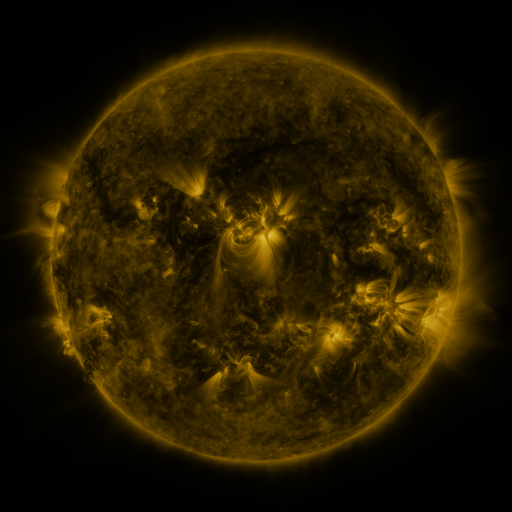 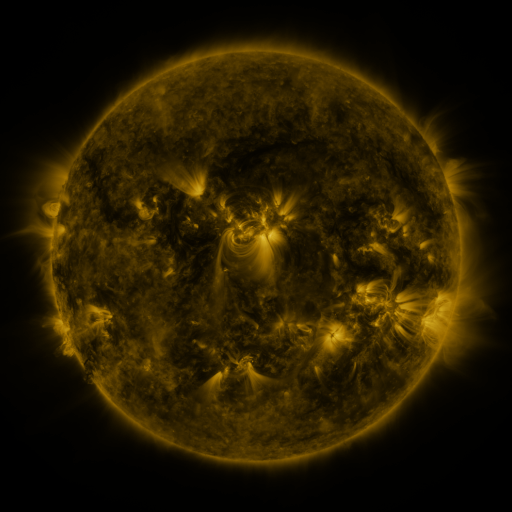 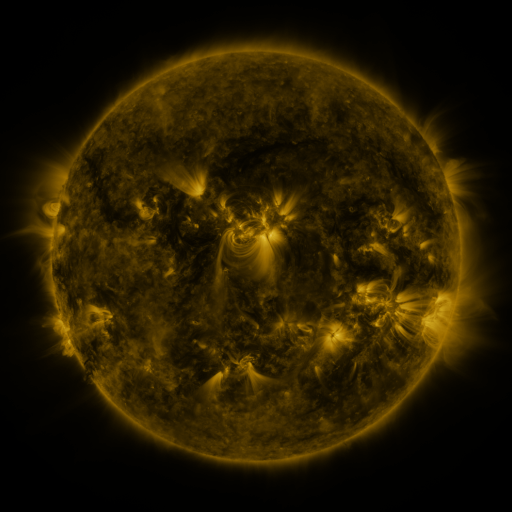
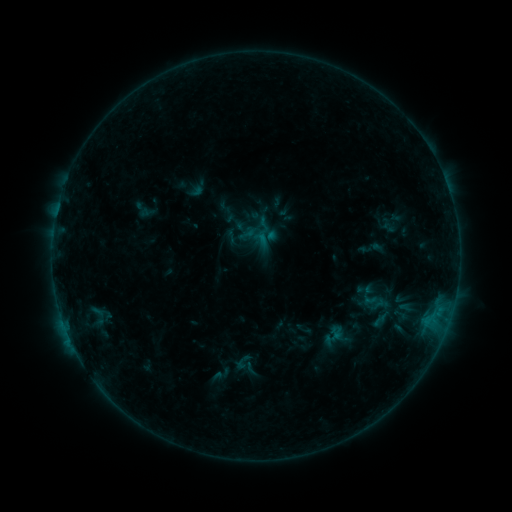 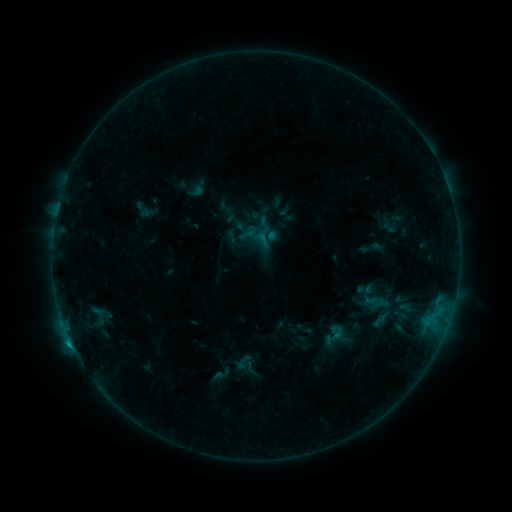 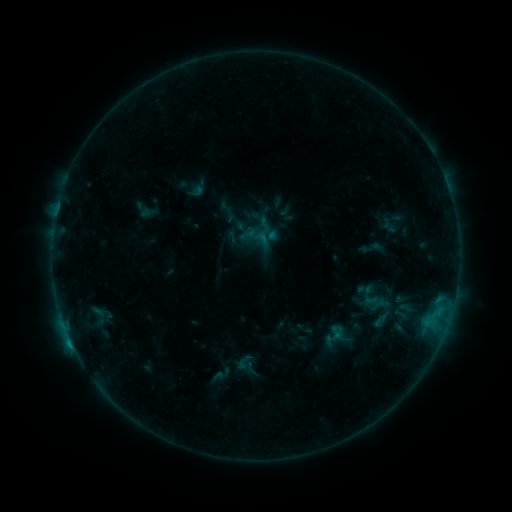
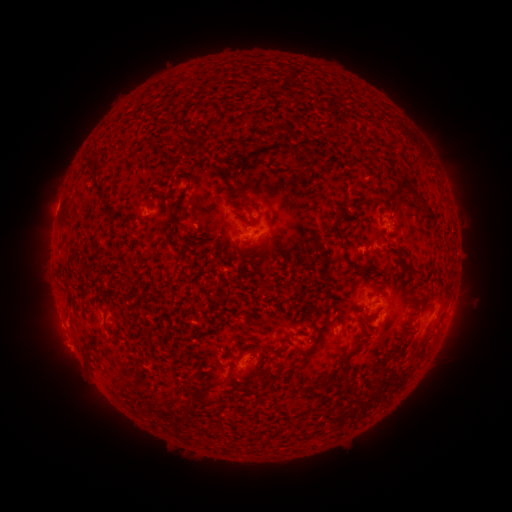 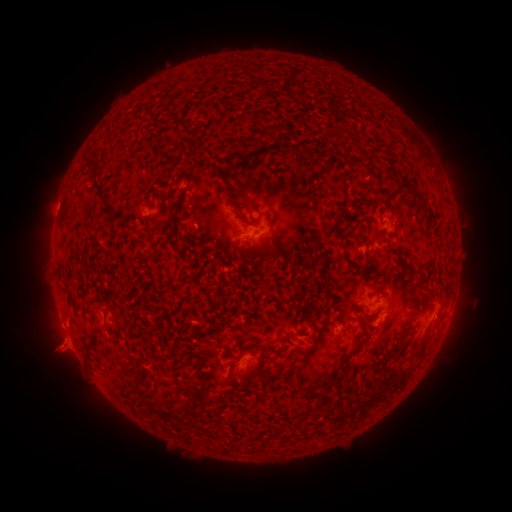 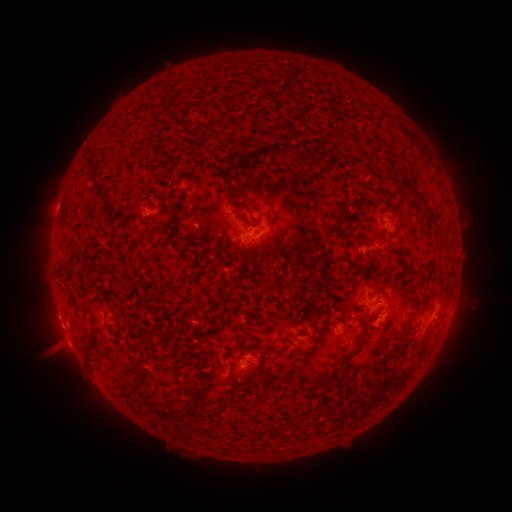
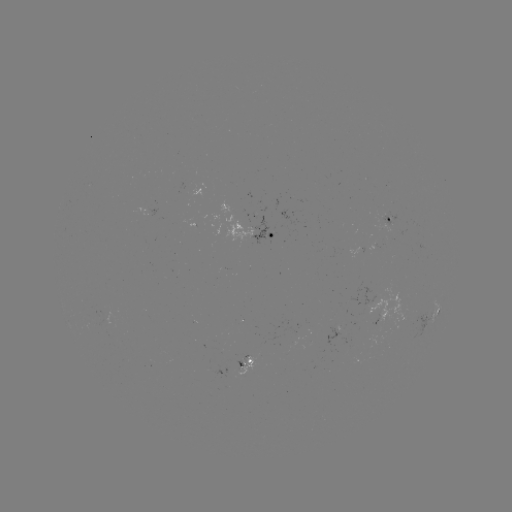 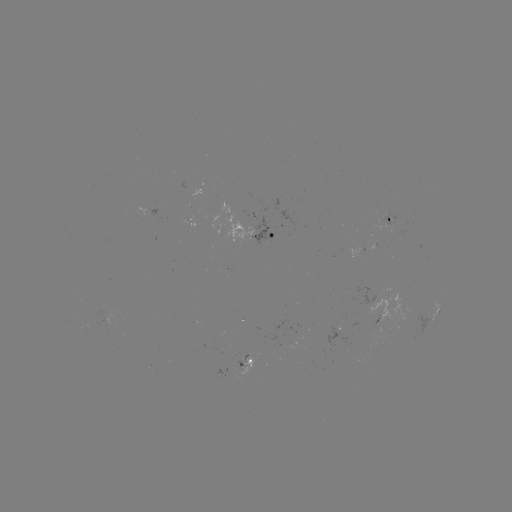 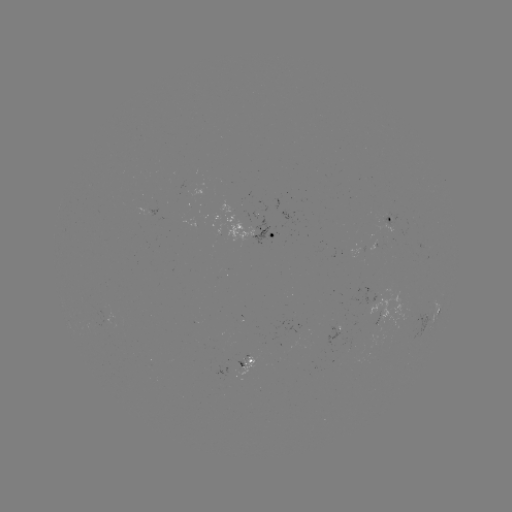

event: flare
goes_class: B6.0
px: (72, 342)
